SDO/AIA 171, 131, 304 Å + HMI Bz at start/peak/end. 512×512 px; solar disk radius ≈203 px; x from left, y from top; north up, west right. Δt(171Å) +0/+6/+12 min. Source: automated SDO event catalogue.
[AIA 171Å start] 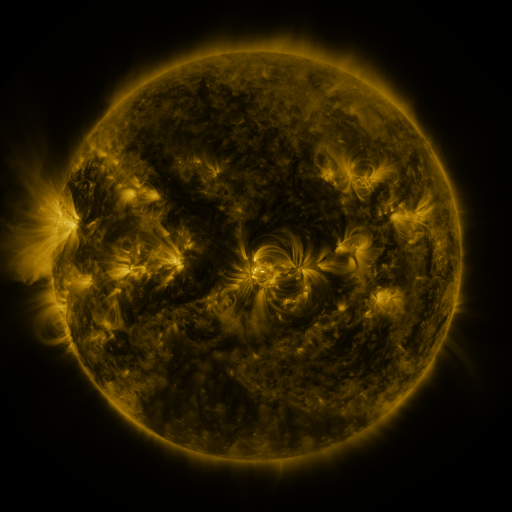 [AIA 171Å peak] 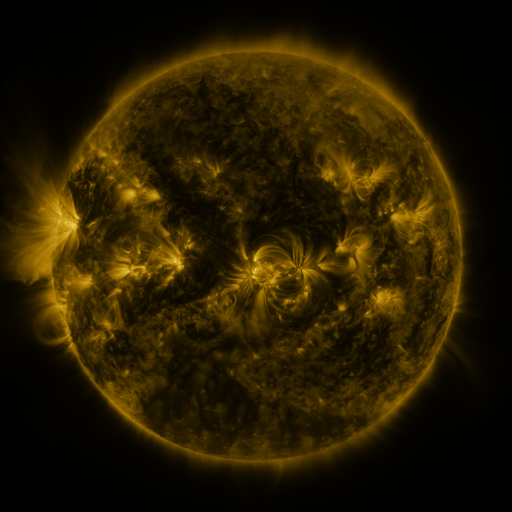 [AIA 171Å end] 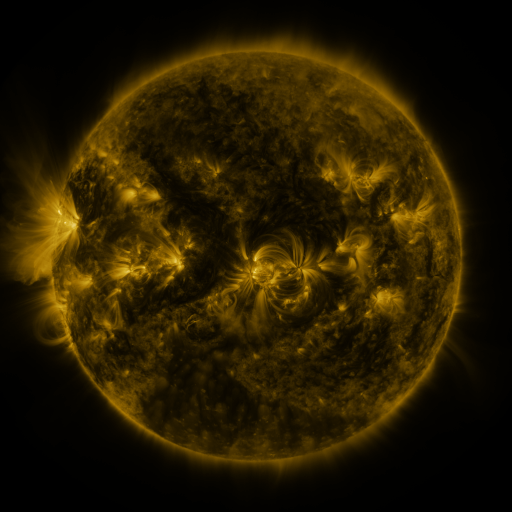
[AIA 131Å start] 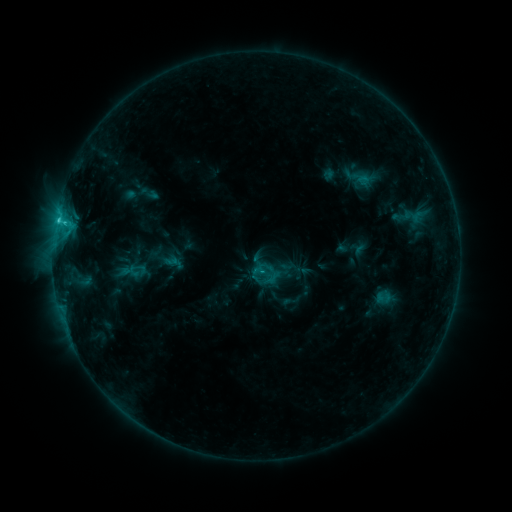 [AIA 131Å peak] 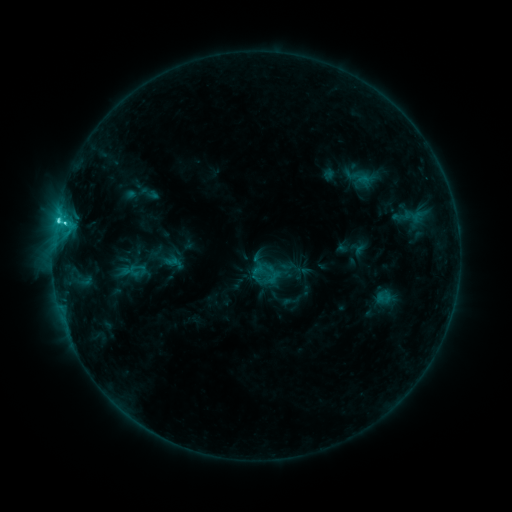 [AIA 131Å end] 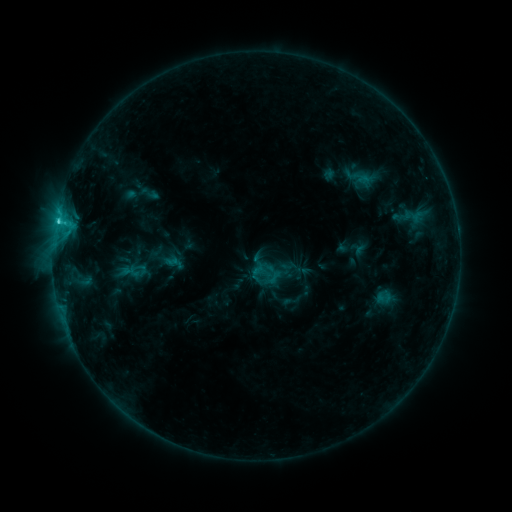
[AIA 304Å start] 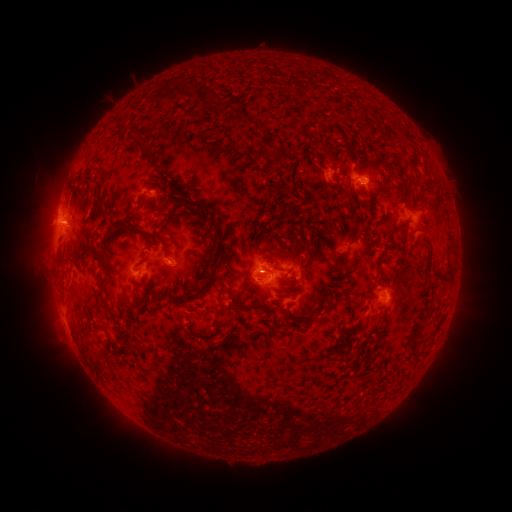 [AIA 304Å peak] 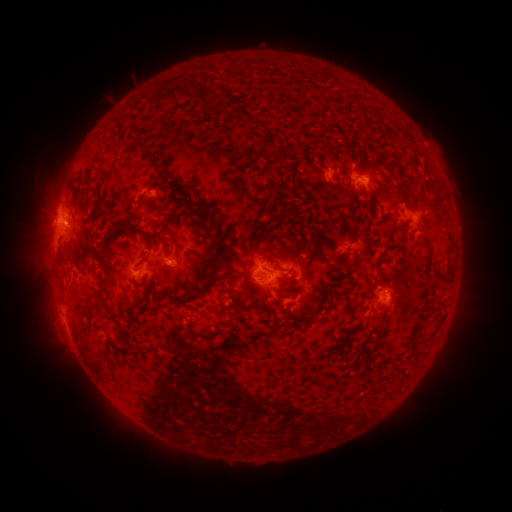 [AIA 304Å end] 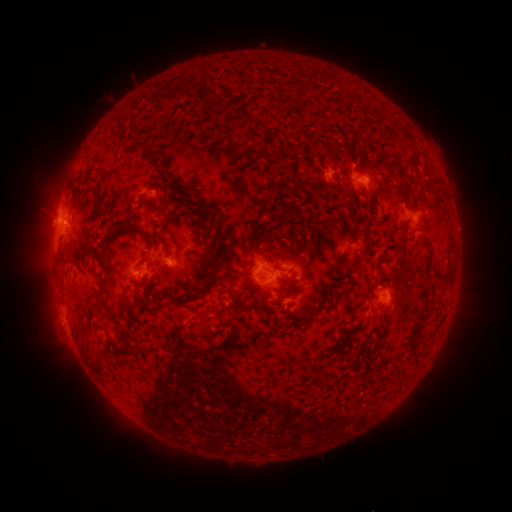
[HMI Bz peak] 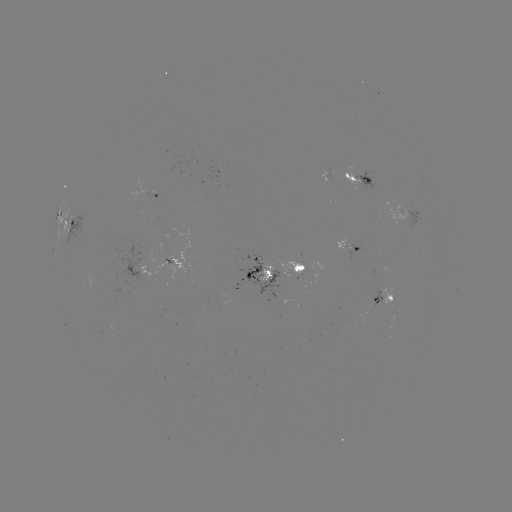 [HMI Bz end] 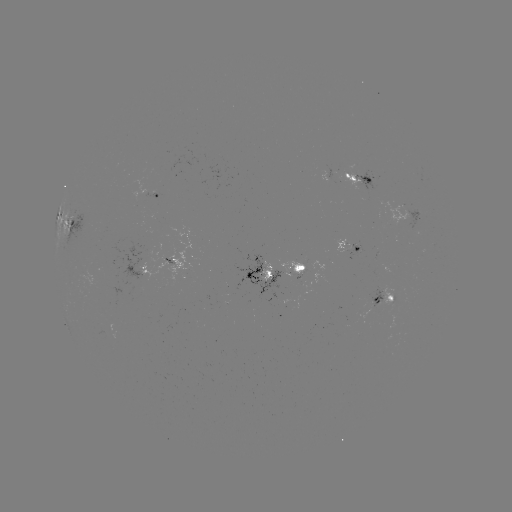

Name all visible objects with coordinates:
C2.6 flare: (65, 224)
